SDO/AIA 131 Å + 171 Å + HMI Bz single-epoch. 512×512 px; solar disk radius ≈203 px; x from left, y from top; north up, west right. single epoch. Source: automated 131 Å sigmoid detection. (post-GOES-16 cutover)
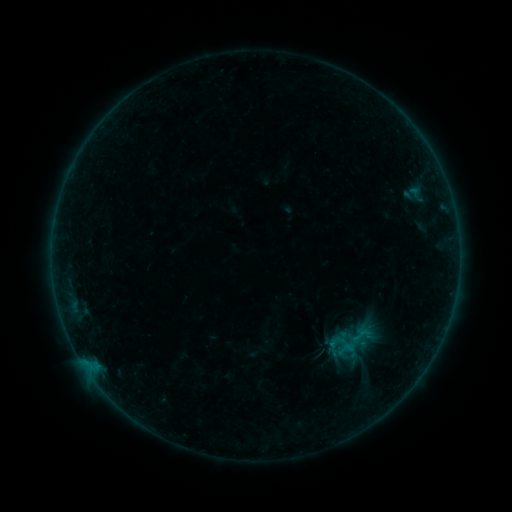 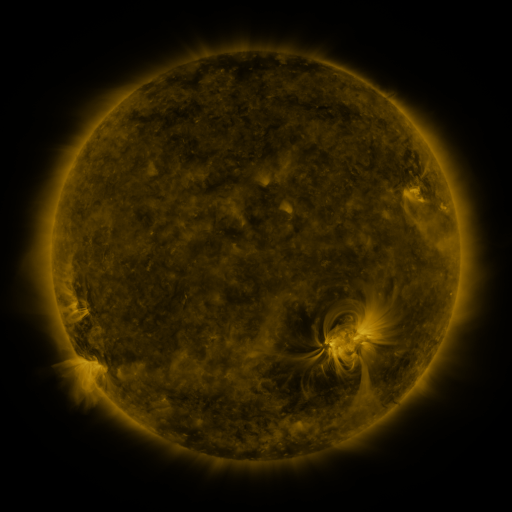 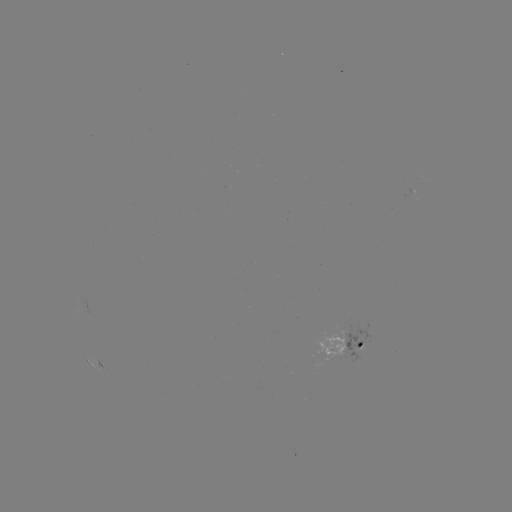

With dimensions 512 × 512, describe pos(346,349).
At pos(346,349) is sigmoid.